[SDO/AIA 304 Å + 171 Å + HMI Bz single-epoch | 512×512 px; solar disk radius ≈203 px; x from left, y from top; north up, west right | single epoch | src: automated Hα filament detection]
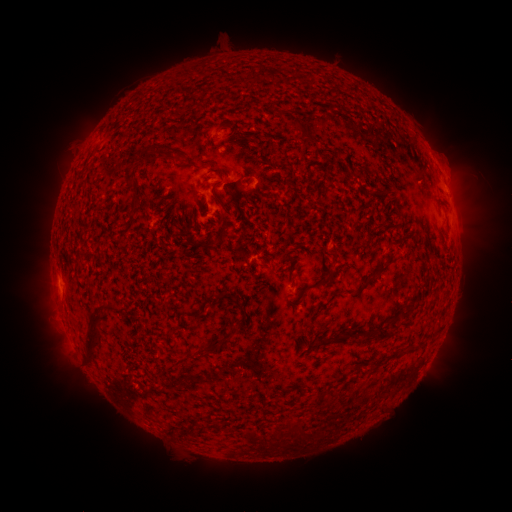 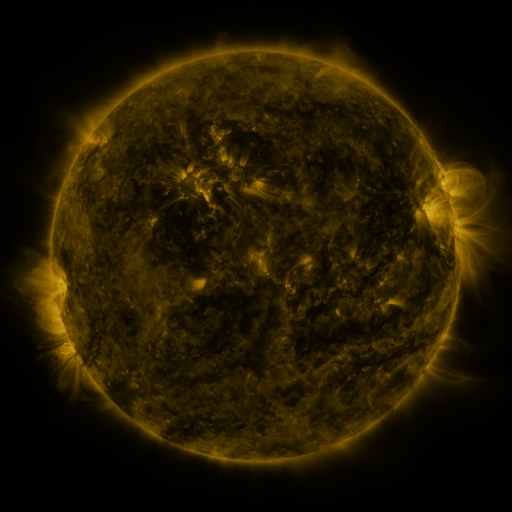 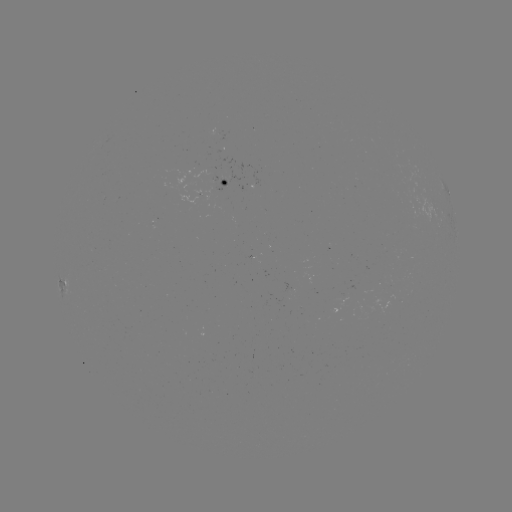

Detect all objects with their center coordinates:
filament: [286, 116, 321, 144]
filament: [253, 139, 263, 149]
filament: [136, 144, 161, 165]
filament: [362, 186, 371, 195]
filament: [211, 193, 232, 217]
filament: [271, 197, 278, 209]
filament: [303, 253, 337, 290]
filament: [372, 260, 390, 277]
filament: [332, 289, 344, 296]
filament: [201, 296, 216, 307]
filament: [407, 296, 416, 306]
filament: [85, 302, 116, 365]
filament: [366, 323, 395, 341]
filament: [228, 324, 238, 335]
filament: [335, 329, 343, 338]
filament: [185, 337, 225, 362]
filament: [399, 344, 408, 353]
filament: [288, 420, 307, 443]
filament: [244, 429, 260, 446]
